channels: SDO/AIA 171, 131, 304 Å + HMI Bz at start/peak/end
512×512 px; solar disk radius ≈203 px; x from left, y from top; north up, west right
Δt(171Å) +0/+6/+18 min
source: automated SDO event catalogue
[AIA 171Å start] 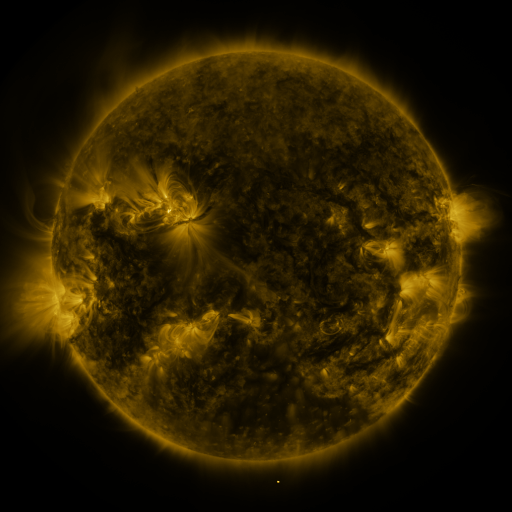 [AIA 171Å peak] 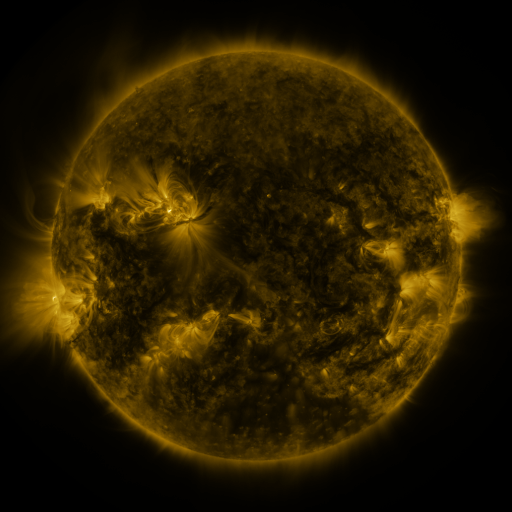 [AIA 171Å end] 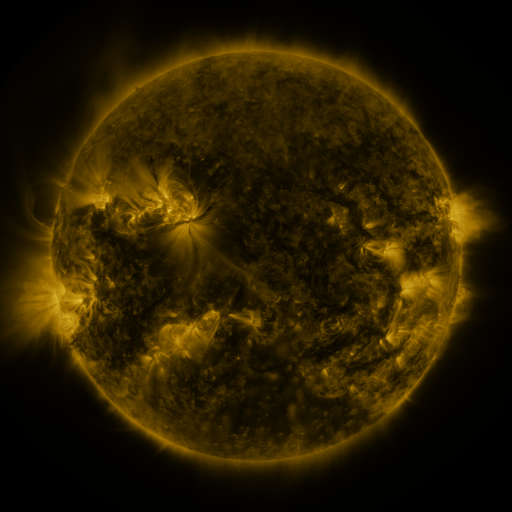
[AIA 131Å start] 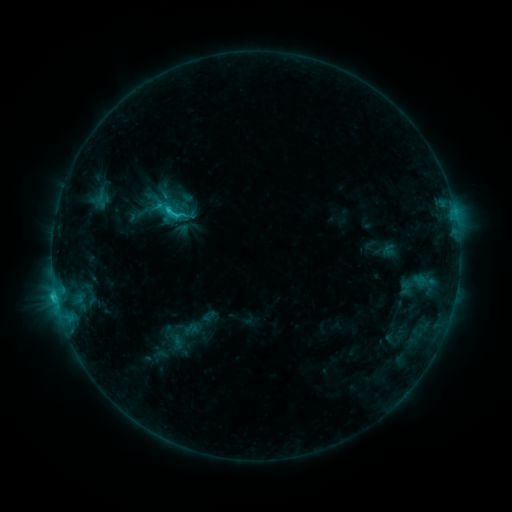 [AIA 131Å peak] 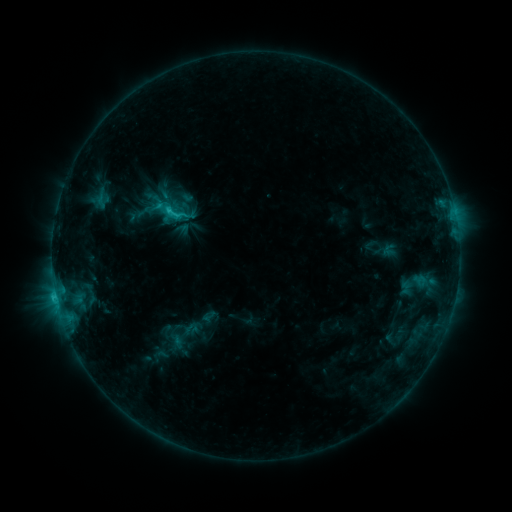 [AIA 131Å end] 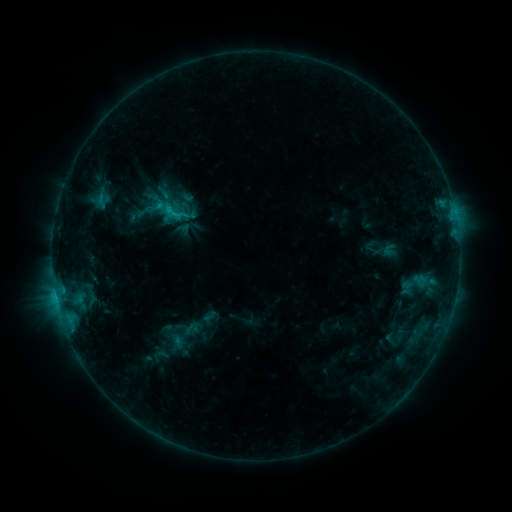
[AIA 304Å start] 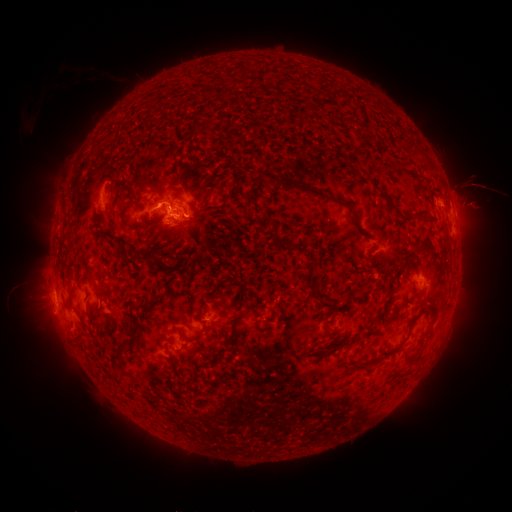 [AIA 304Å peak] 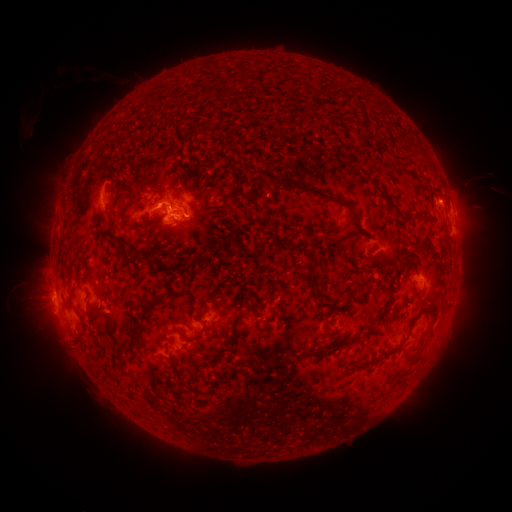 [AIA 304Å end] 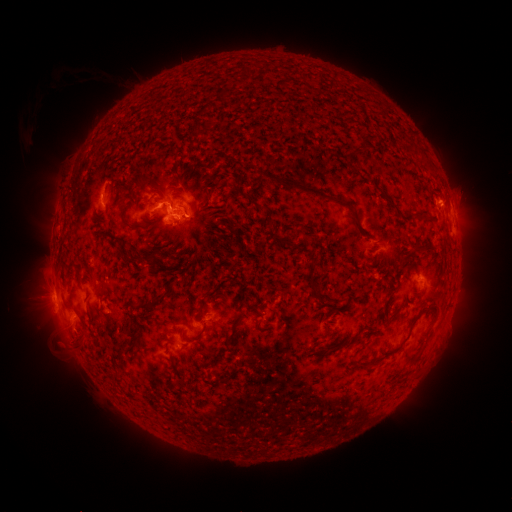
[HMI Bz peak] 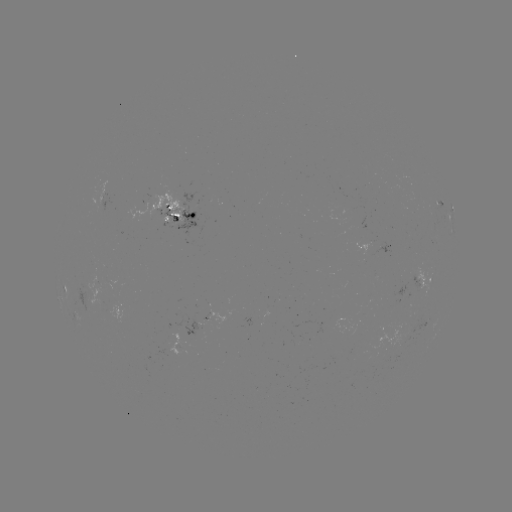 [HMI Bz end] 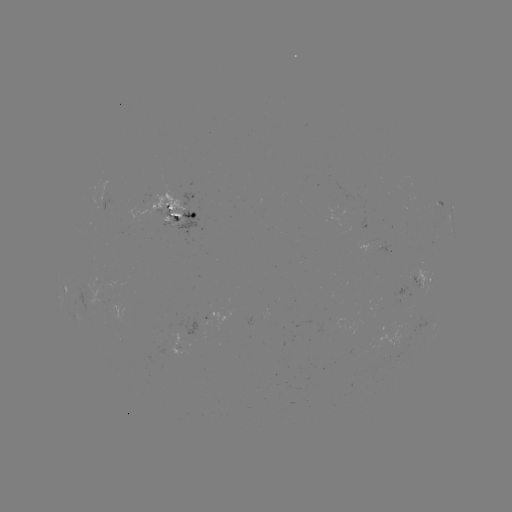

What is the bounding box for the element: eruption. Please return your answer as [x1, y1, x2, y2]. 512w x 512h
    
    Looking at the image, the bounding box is [47, 332, 87, 371].